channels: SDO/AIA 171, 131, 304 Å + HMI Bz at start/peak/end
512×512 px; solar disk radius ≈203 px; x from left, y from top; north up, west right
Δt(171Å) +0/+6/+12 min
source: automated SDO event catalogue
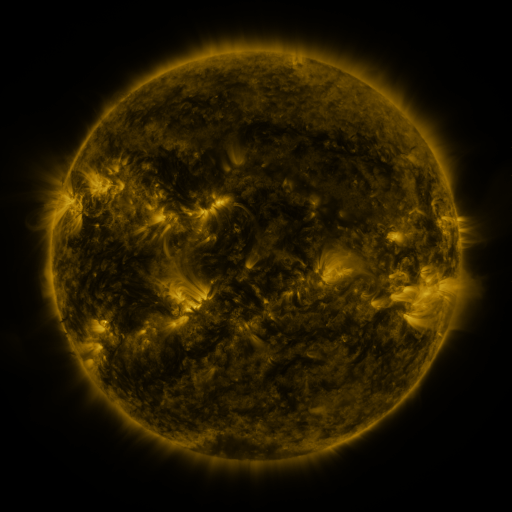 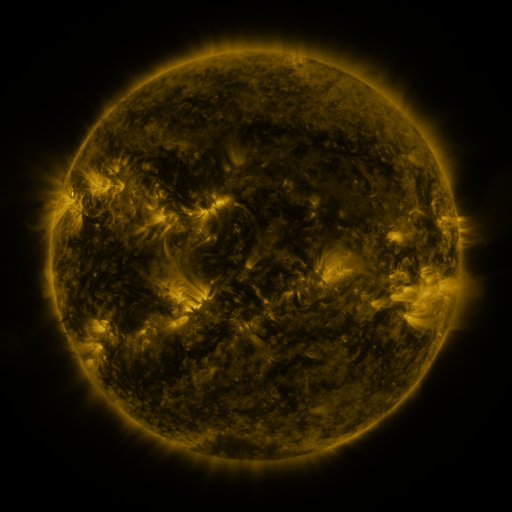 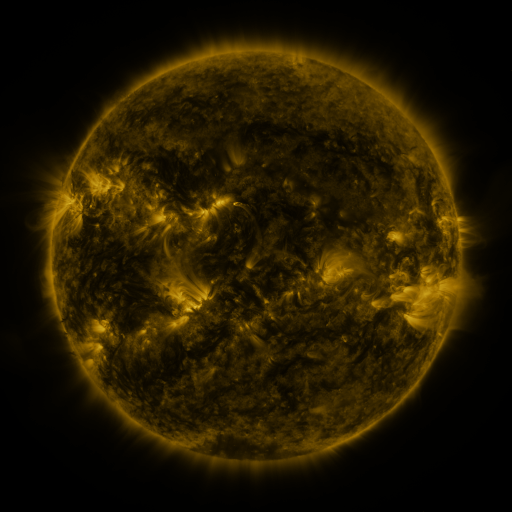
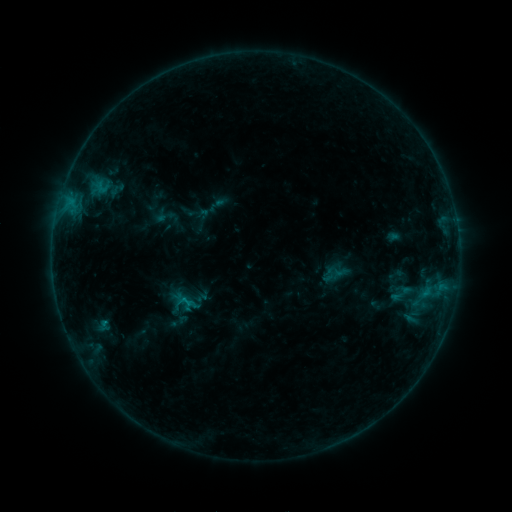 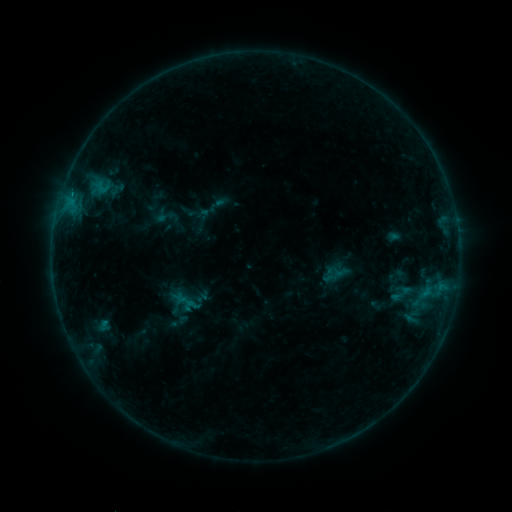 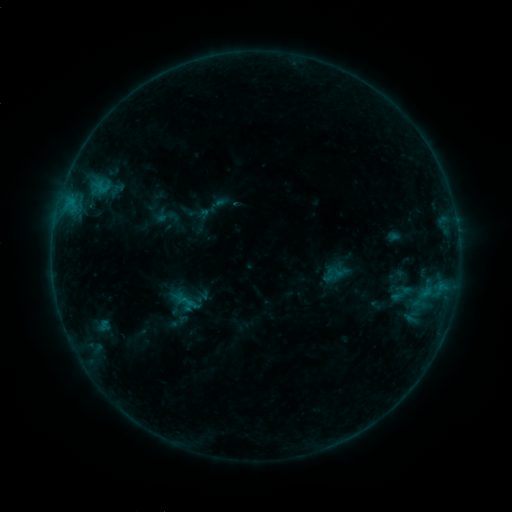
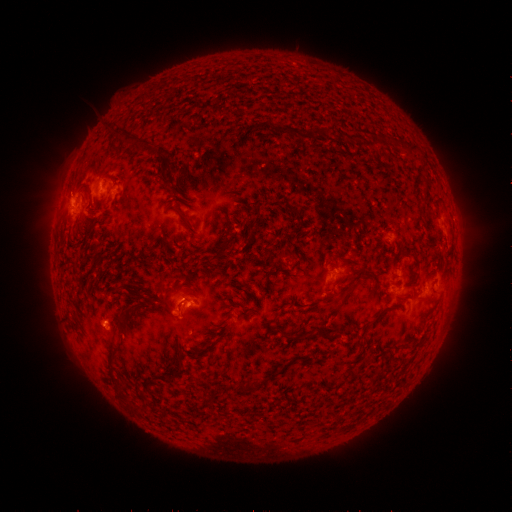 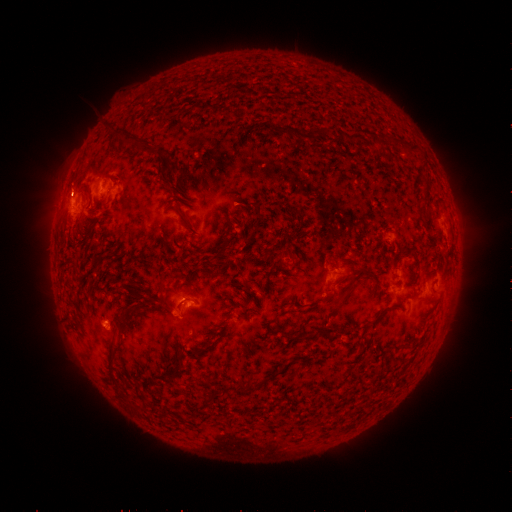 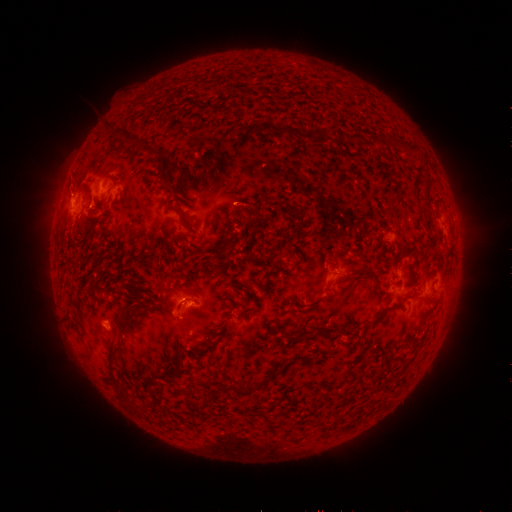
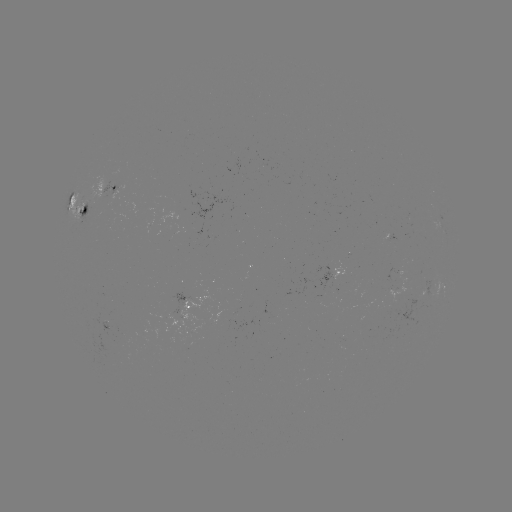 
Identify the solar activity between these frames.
eruption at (70, 188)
